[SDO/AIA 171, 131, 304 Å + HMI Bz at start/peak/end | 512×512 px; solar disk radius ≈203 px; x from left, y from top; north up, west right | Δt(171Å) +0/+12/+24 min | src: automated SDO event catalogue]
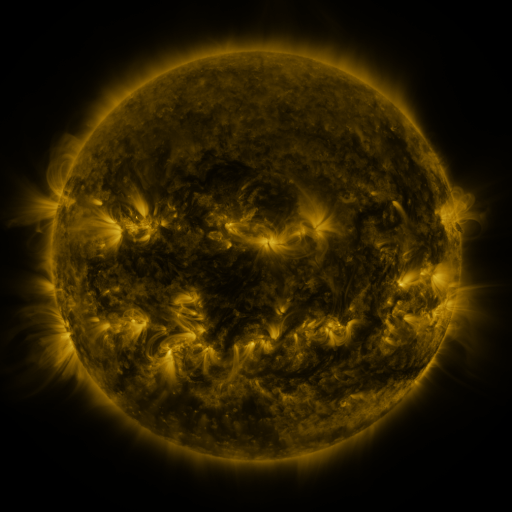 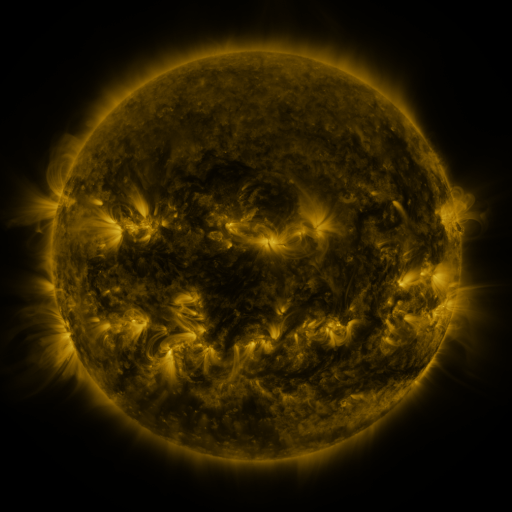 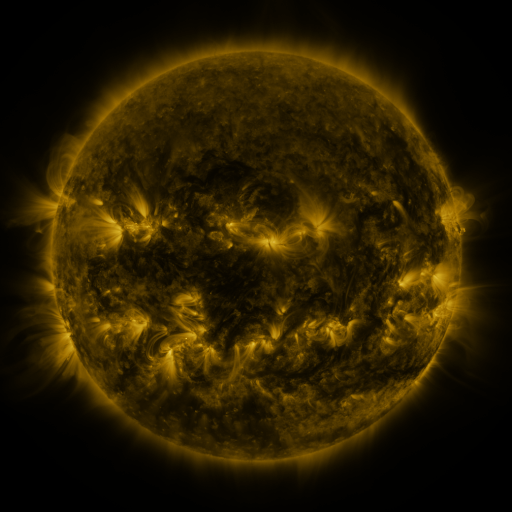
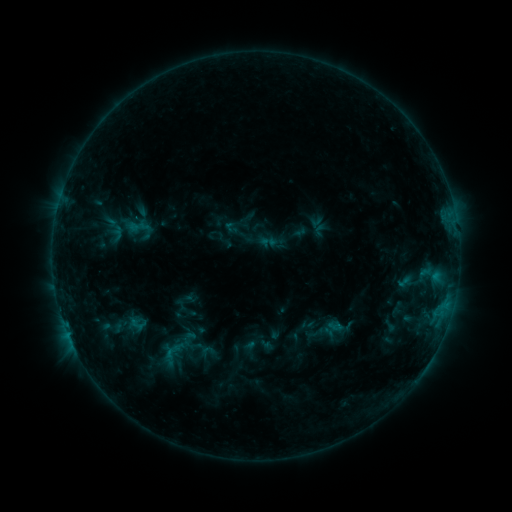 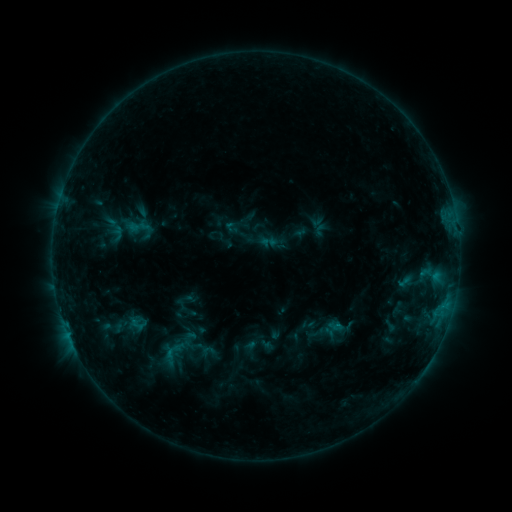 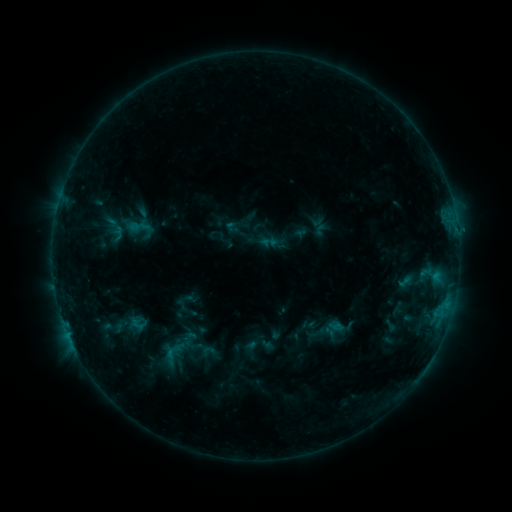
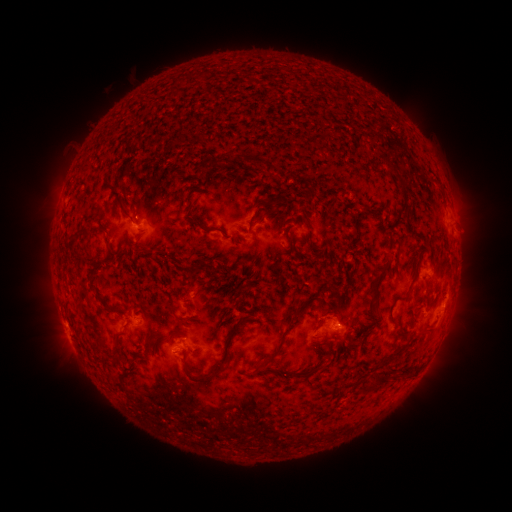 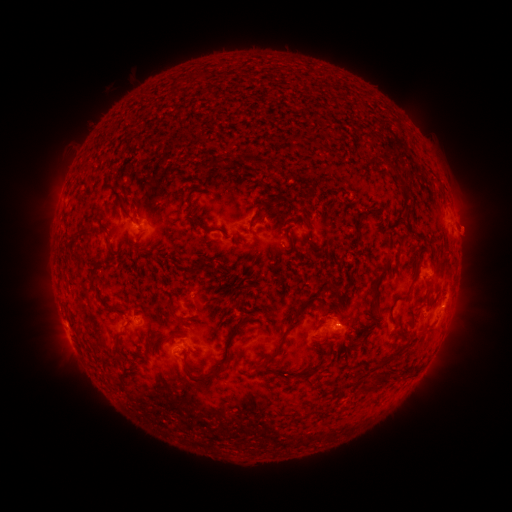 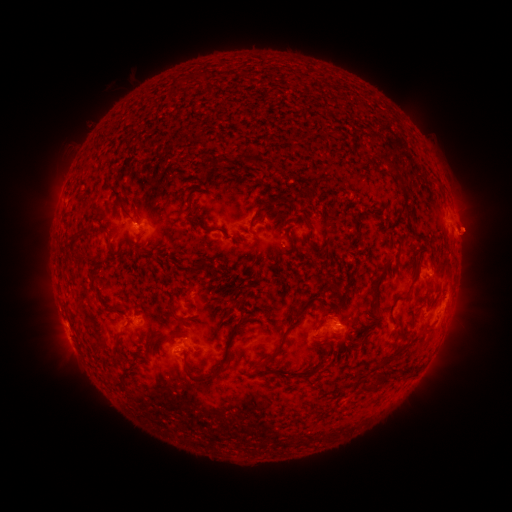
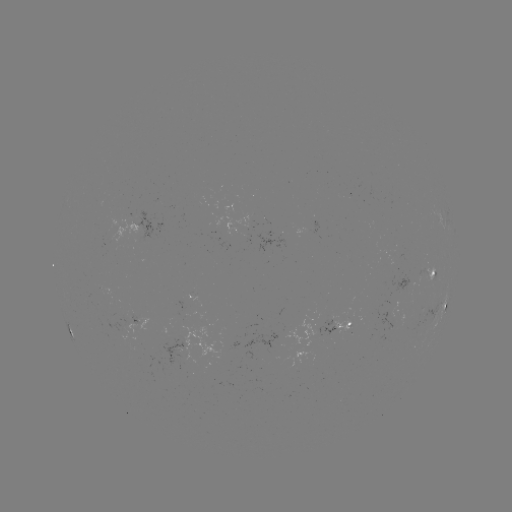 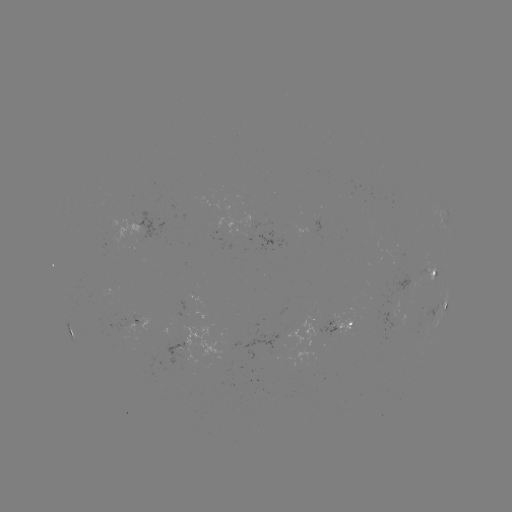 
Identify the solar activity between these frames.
eruption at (469, 228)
